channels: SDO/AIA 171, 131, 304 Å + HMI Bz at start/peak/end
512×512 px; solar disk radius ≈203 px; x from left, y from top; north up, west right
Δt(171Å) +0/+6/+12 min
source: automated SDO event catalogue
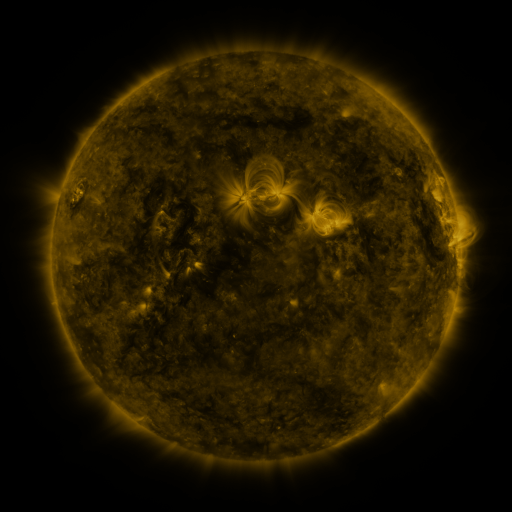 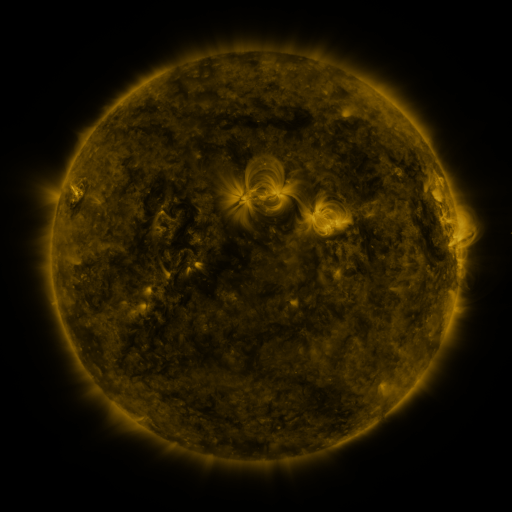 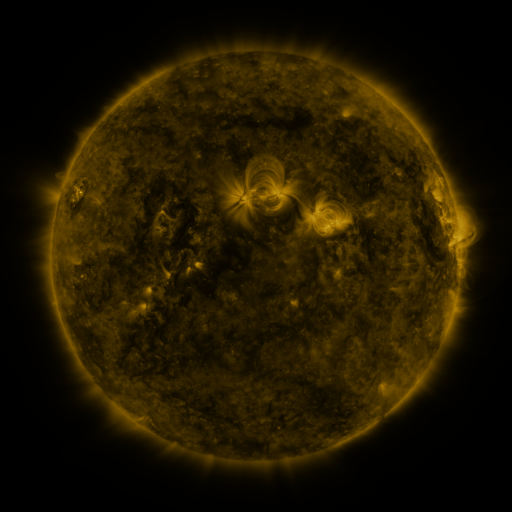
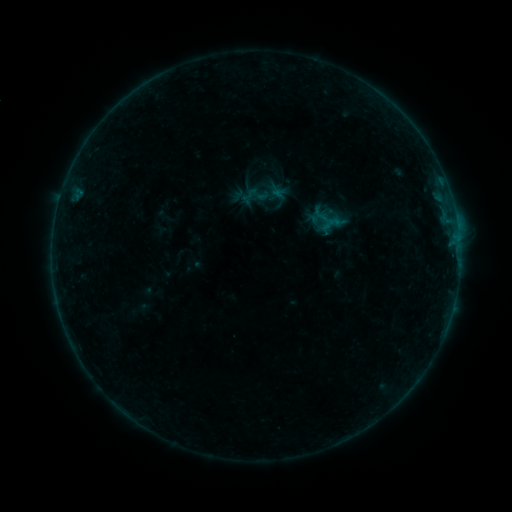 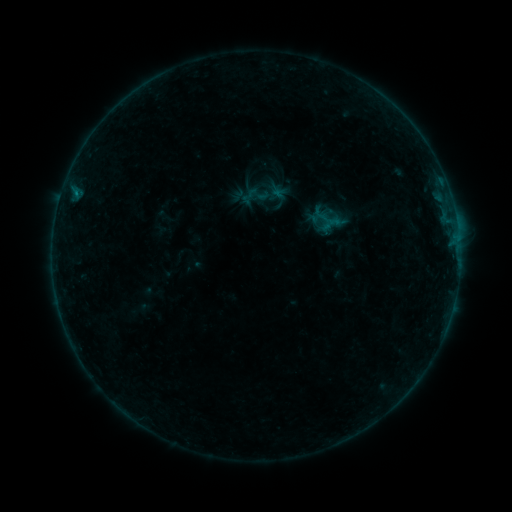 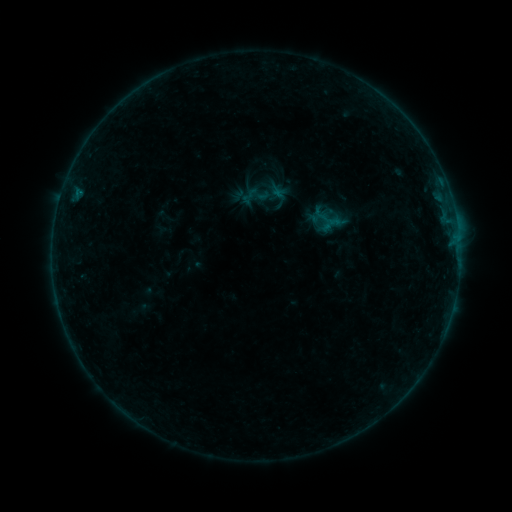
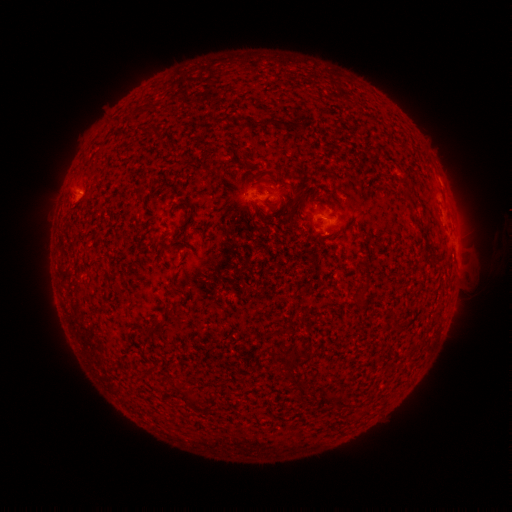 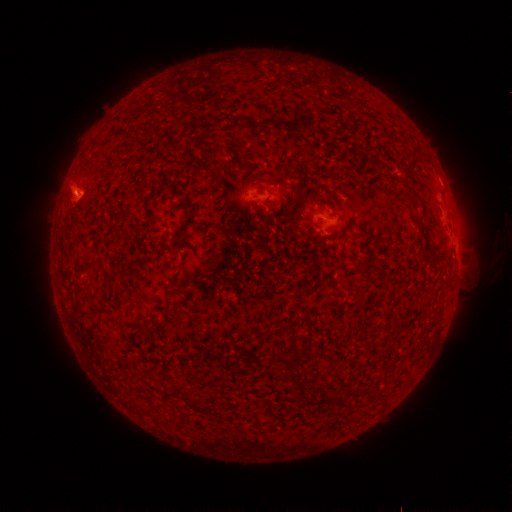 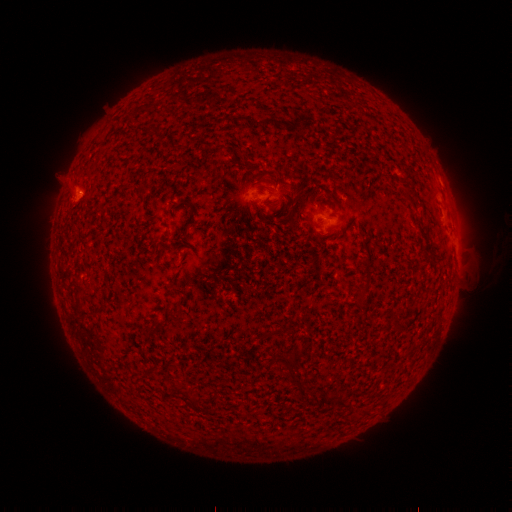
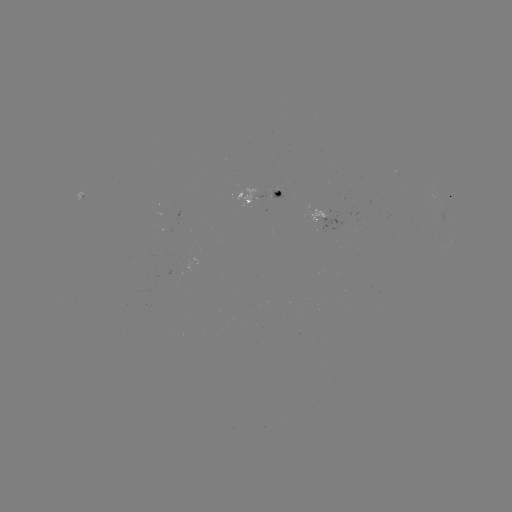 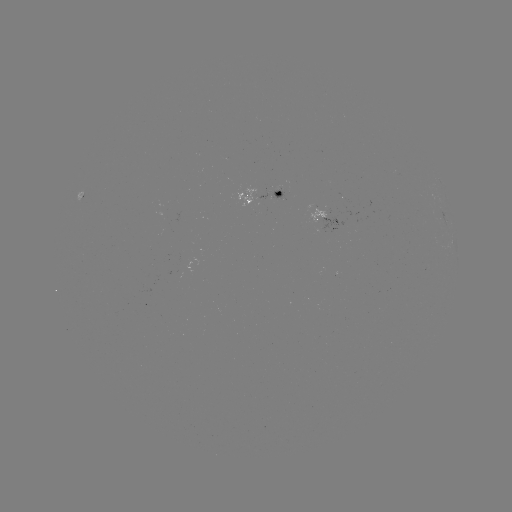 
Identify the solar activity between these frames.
B1.9 flare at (76, 195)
